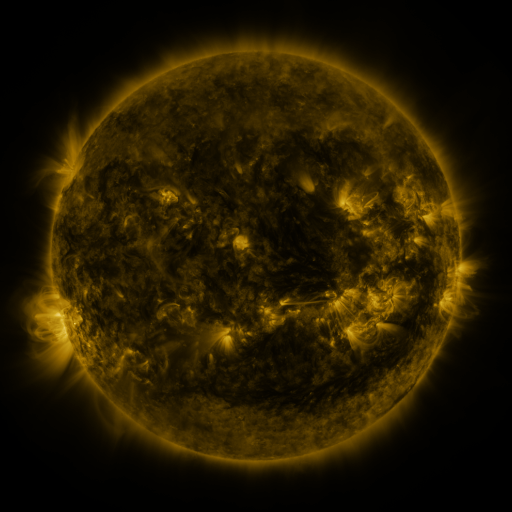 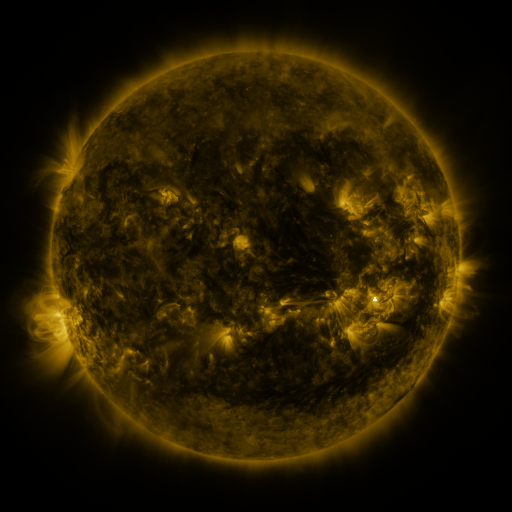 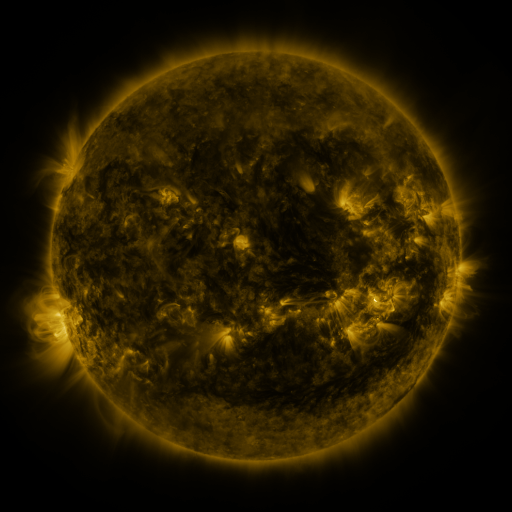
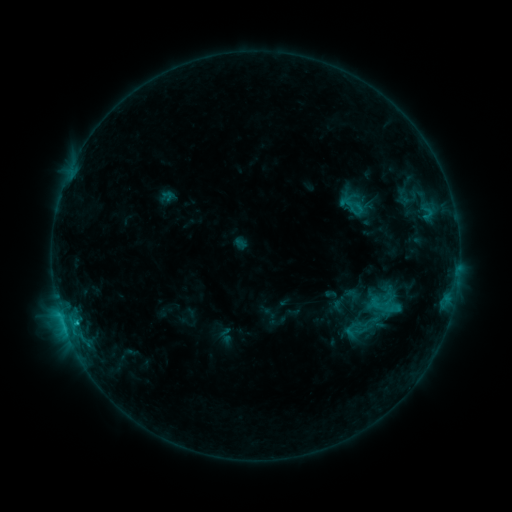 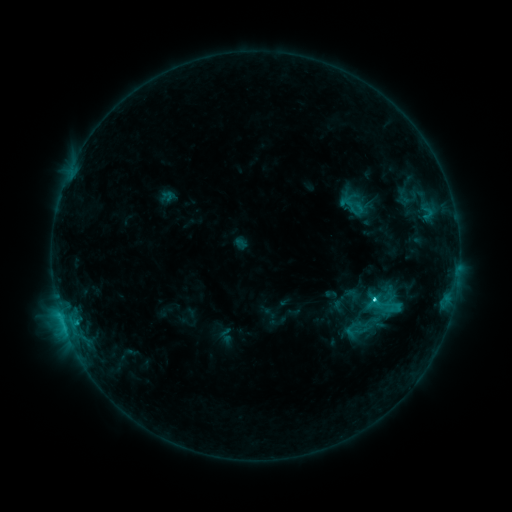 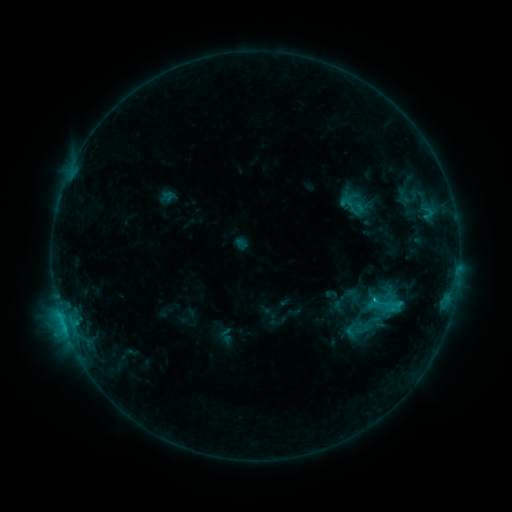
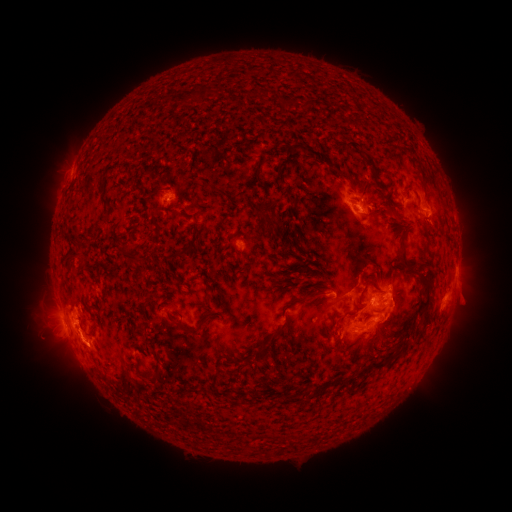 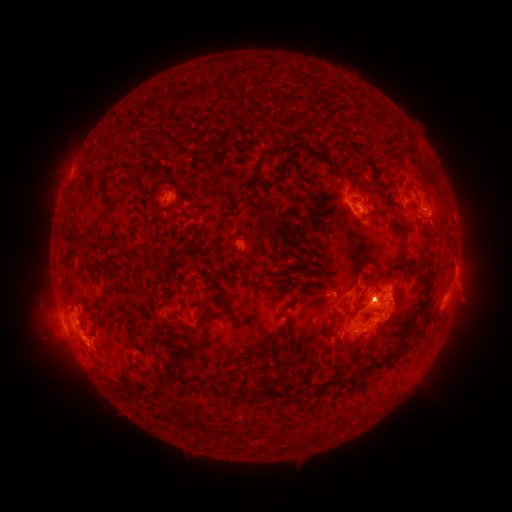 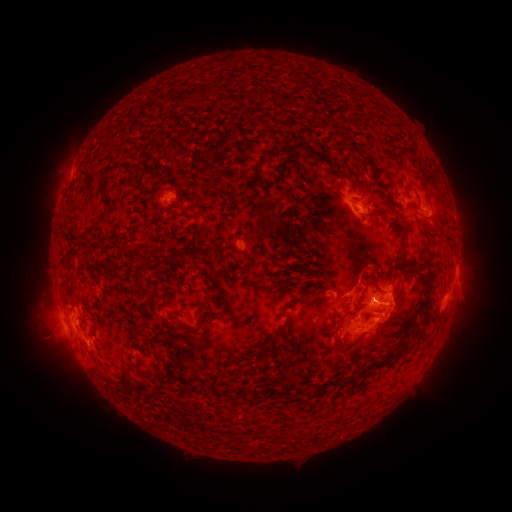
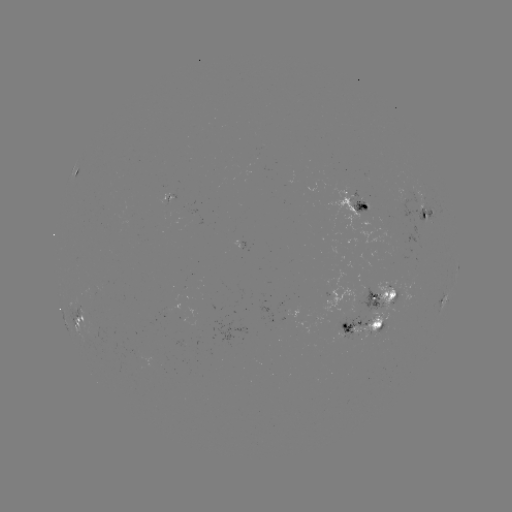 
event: flare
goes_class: C2.8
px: (373, 299)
